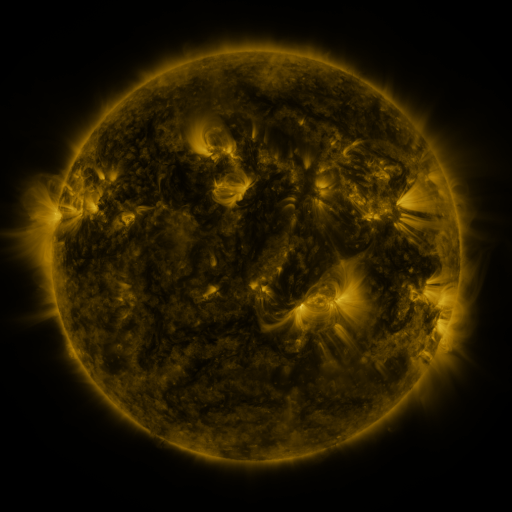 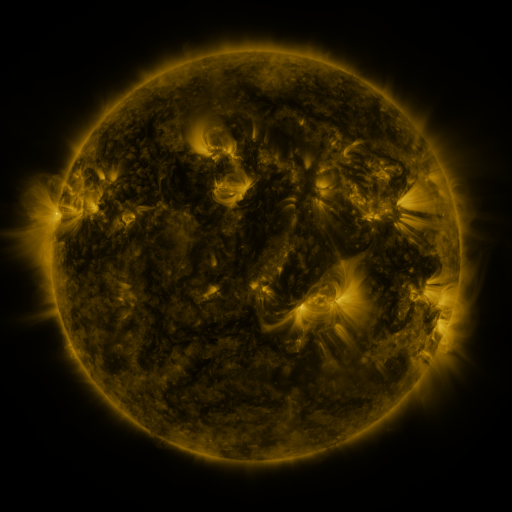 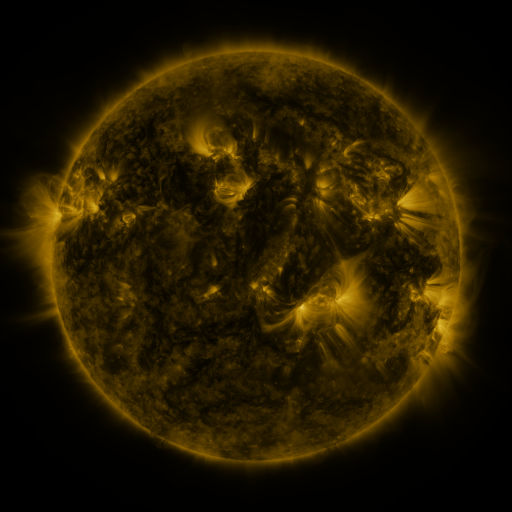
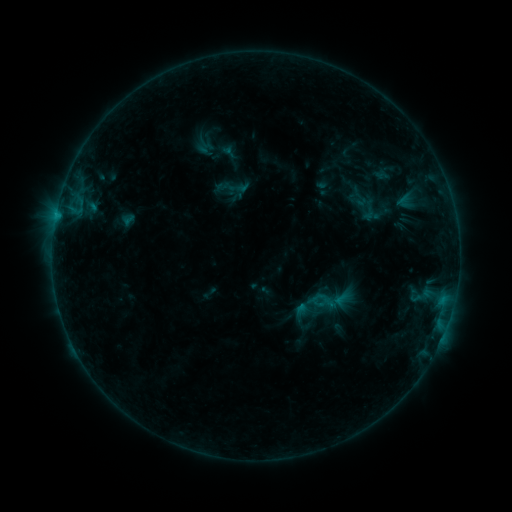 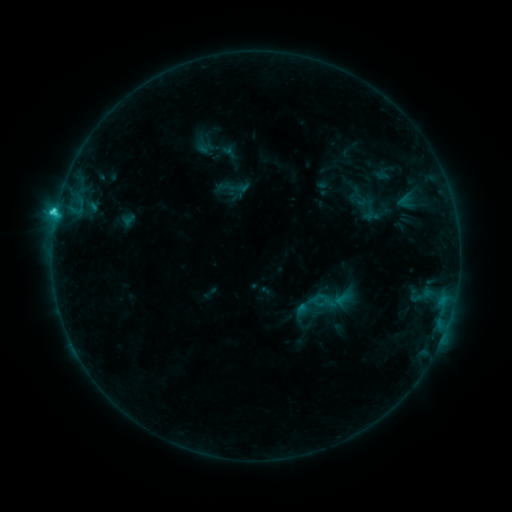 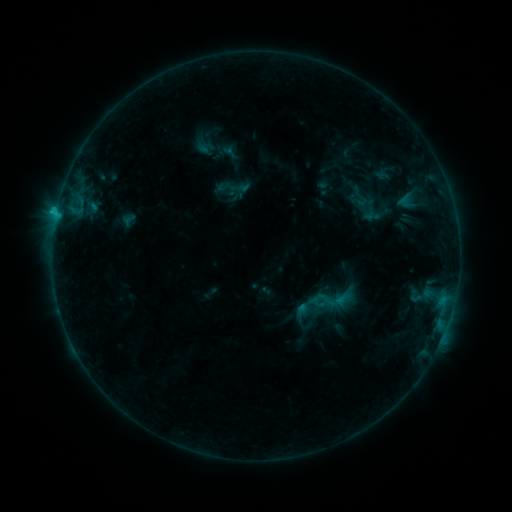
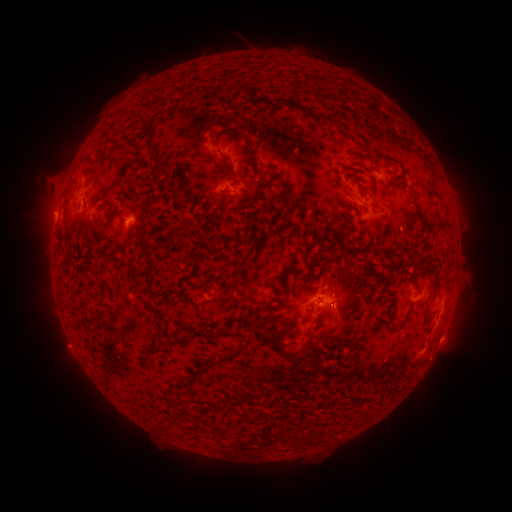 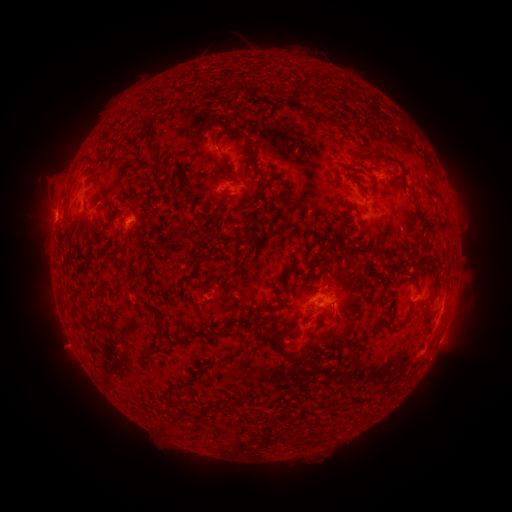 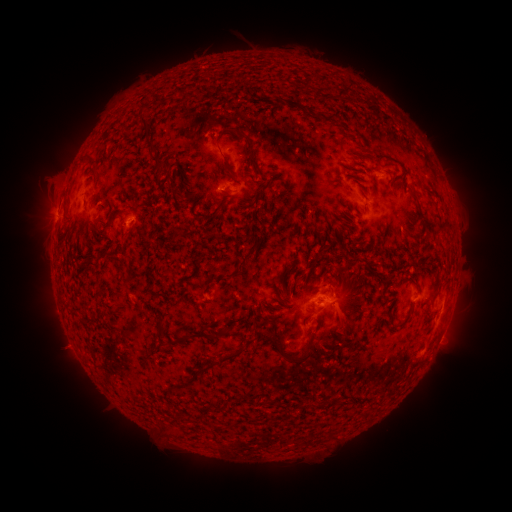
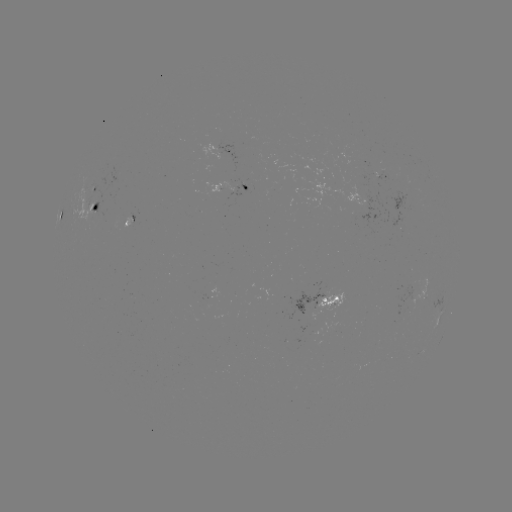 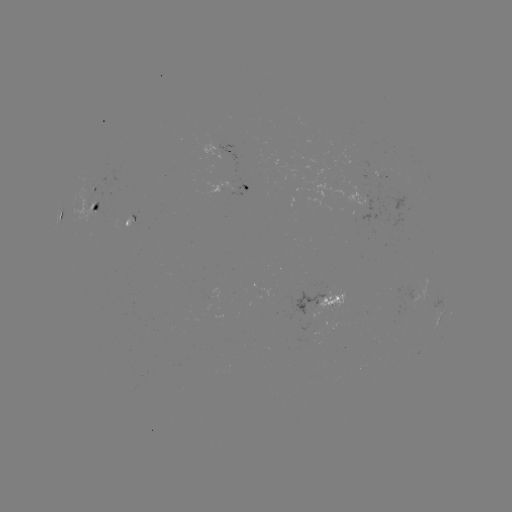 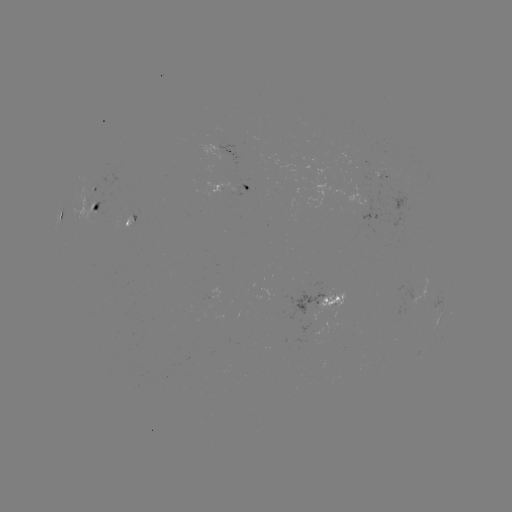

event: flare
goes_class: C1.6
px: (57, 213)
